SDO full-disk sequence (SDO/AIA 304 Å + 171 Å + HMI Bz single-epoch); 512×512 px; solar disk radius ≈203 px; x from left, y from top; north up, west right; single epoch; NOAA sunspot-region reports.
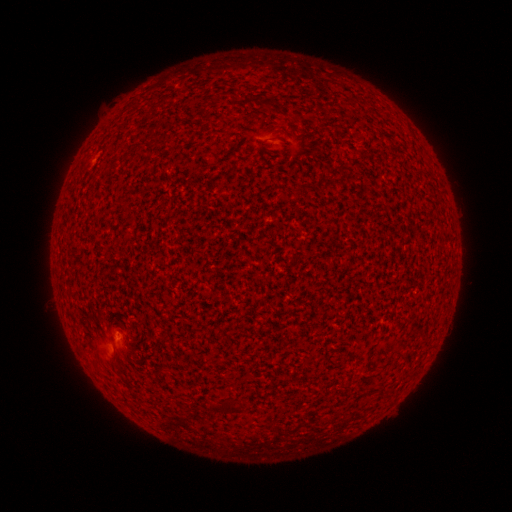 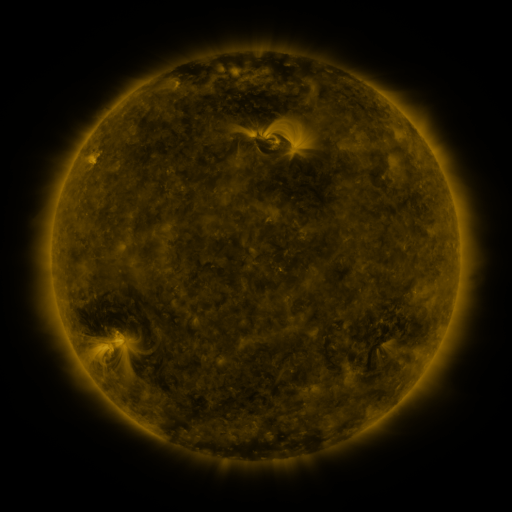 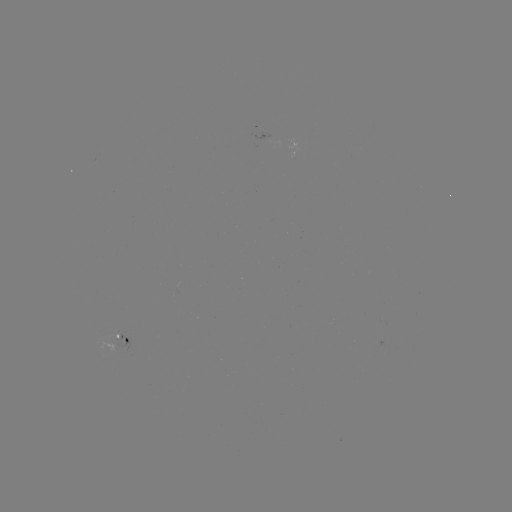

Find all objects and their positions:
(none)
